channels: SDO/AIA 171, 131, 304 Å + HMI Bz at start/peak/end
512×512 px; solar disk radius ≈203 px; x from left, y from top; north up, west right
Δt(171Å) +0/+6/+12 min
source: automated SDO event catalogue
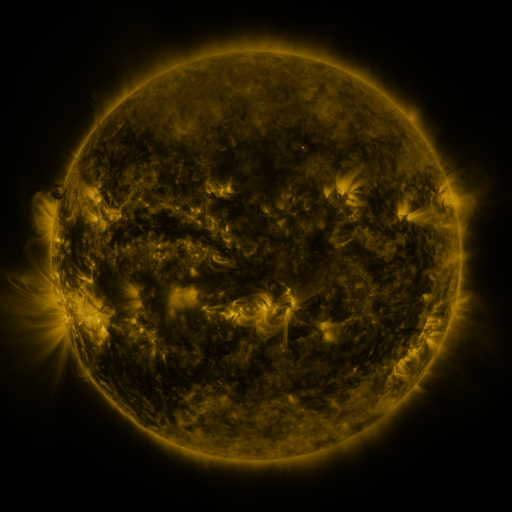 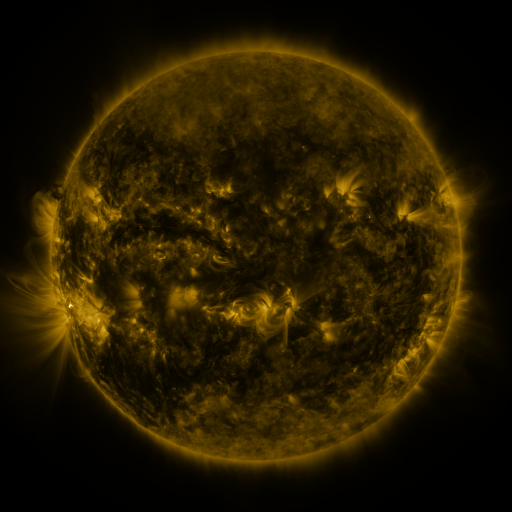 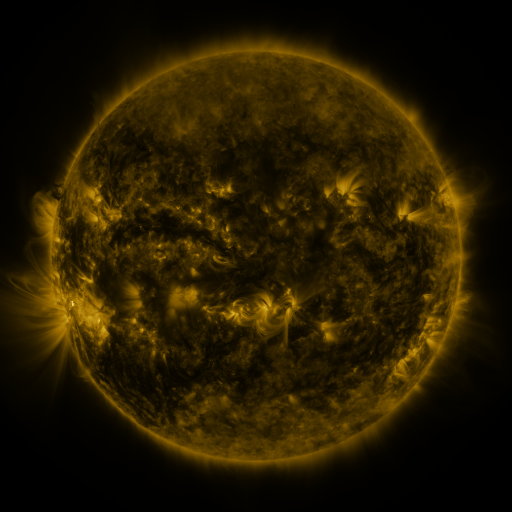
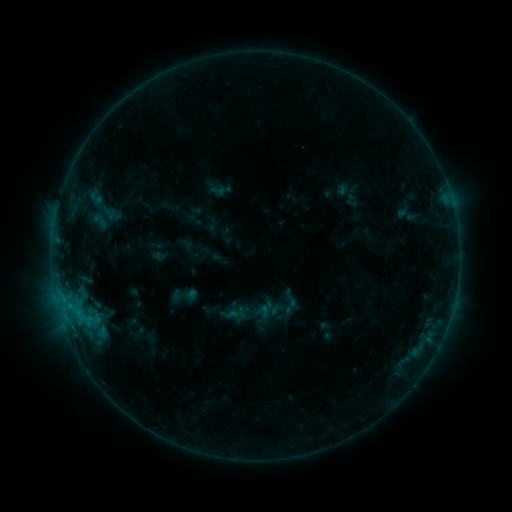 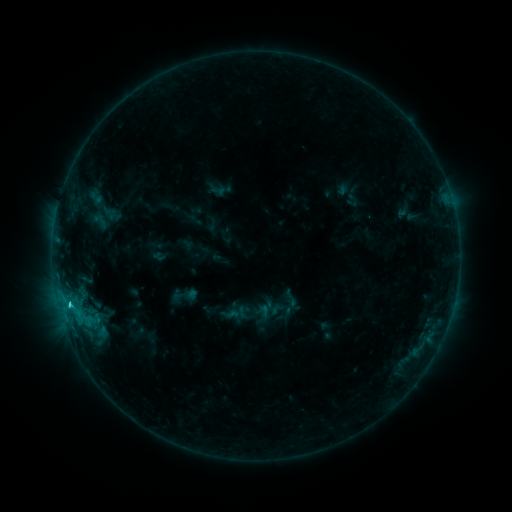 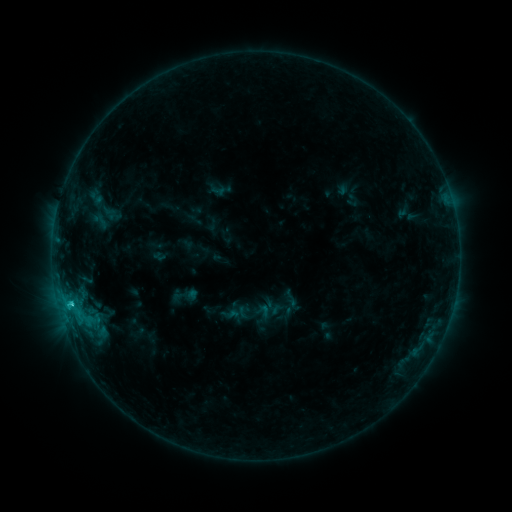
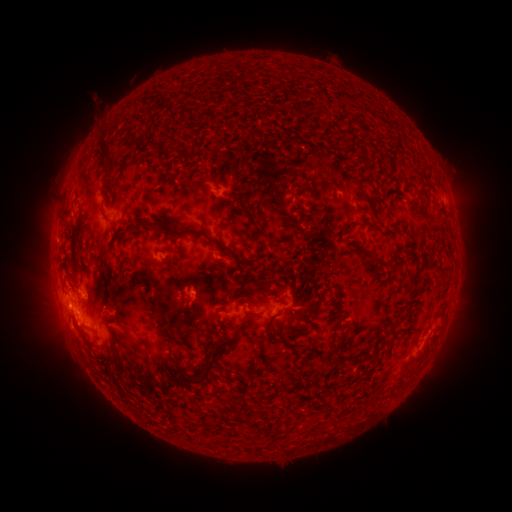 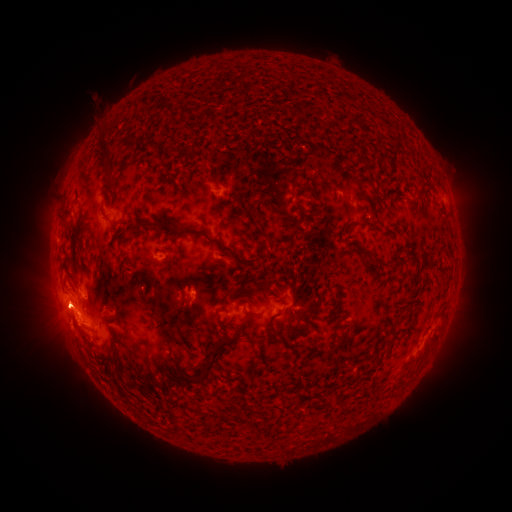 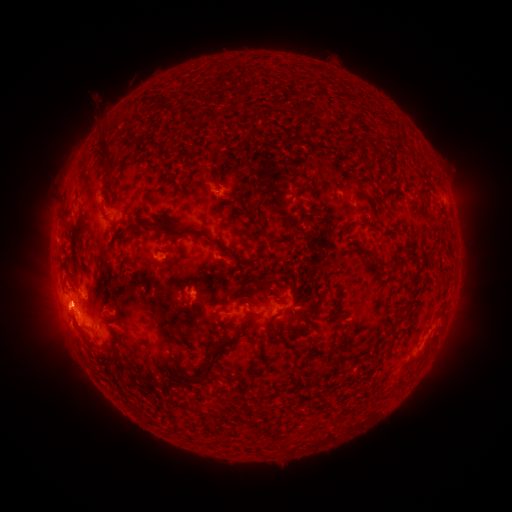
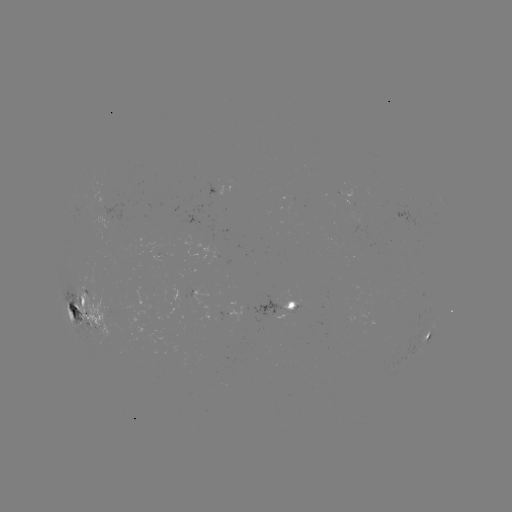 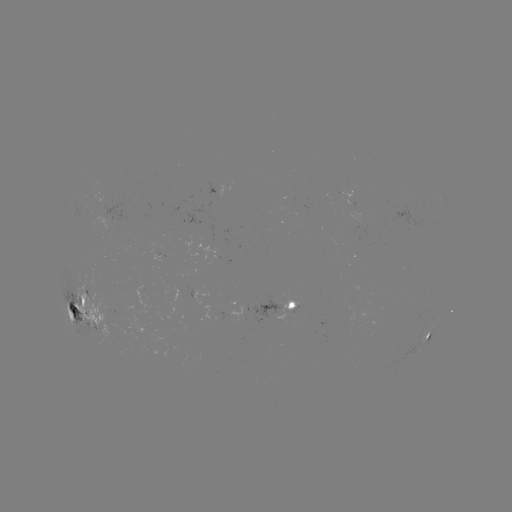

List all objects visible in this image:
C2.1 flare: (70, 301)
